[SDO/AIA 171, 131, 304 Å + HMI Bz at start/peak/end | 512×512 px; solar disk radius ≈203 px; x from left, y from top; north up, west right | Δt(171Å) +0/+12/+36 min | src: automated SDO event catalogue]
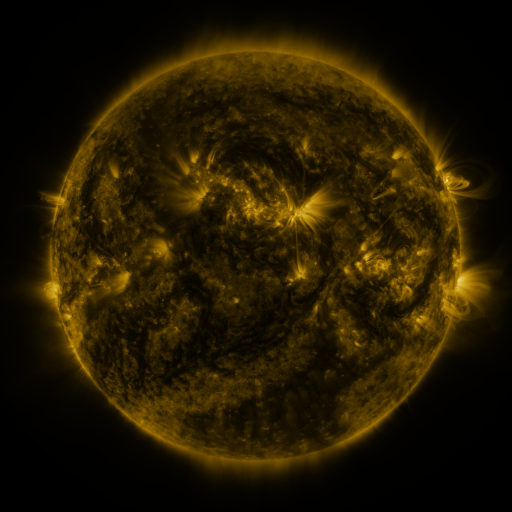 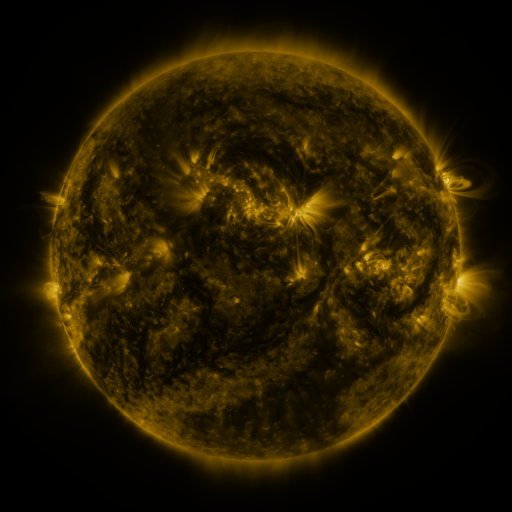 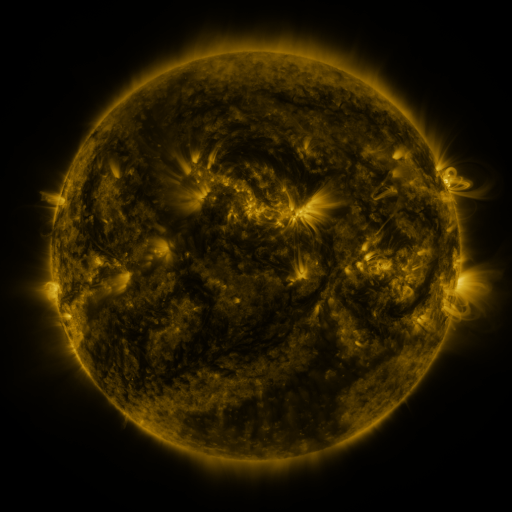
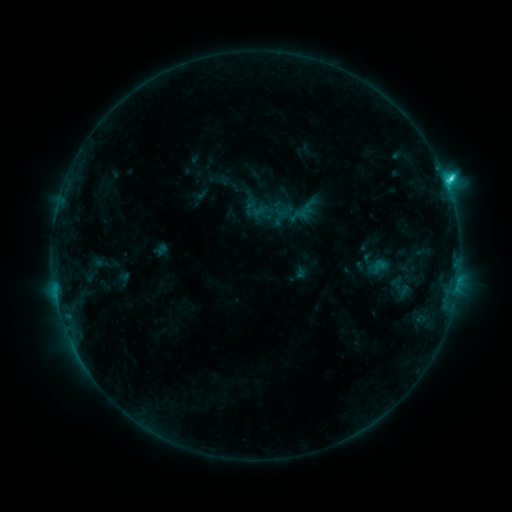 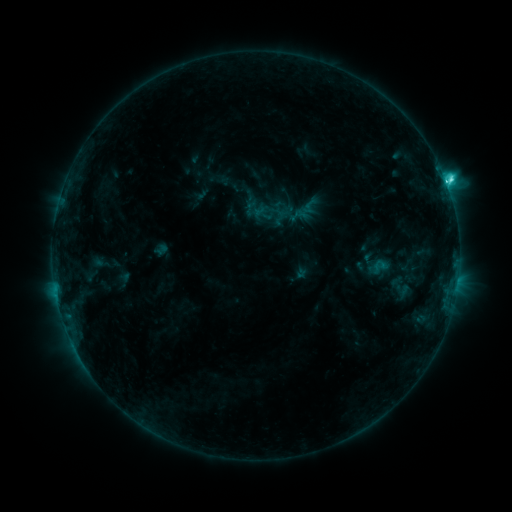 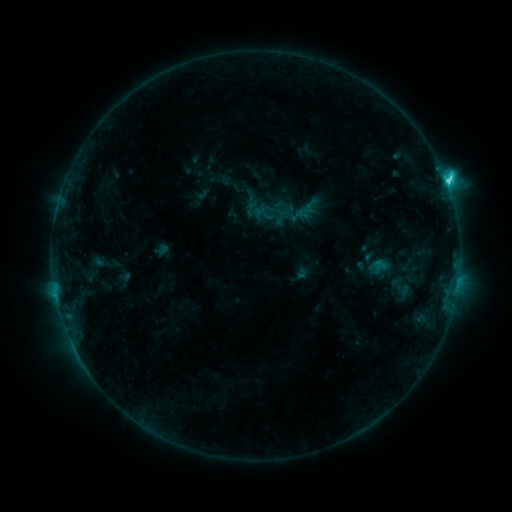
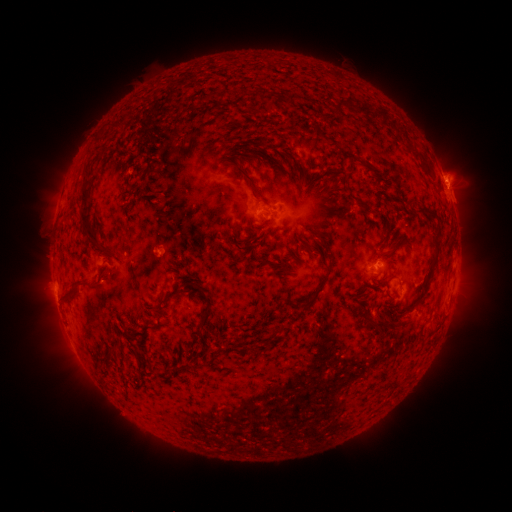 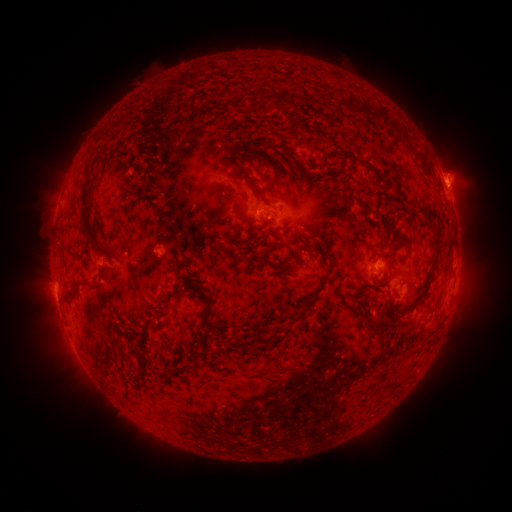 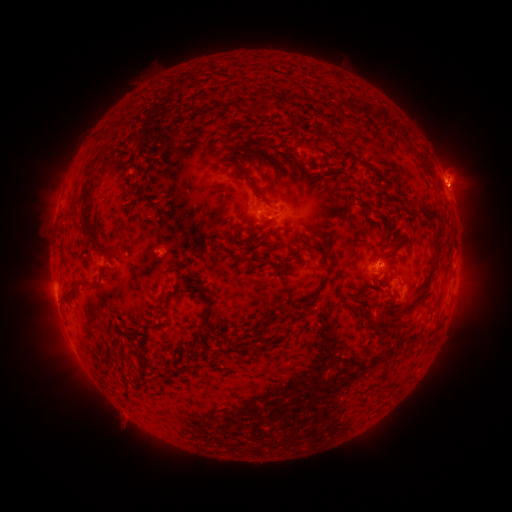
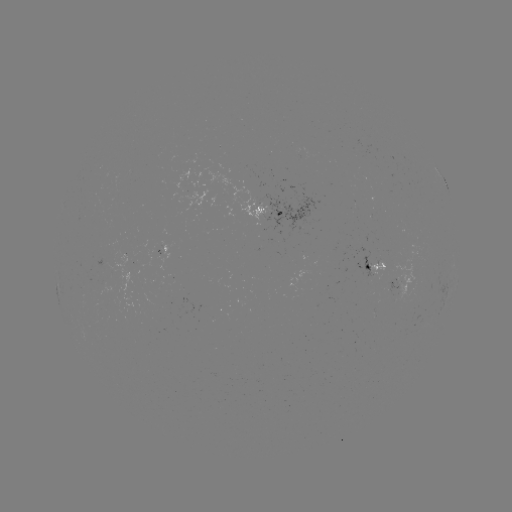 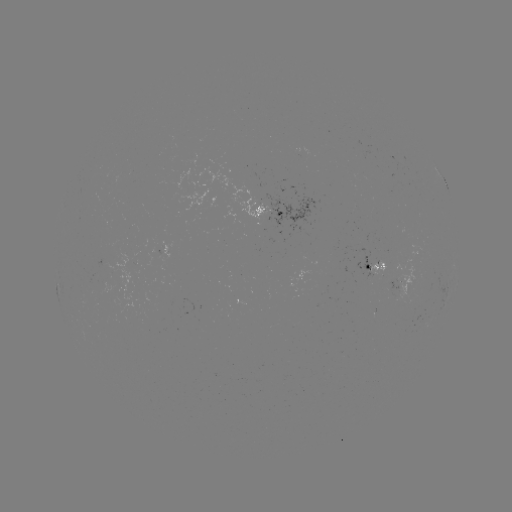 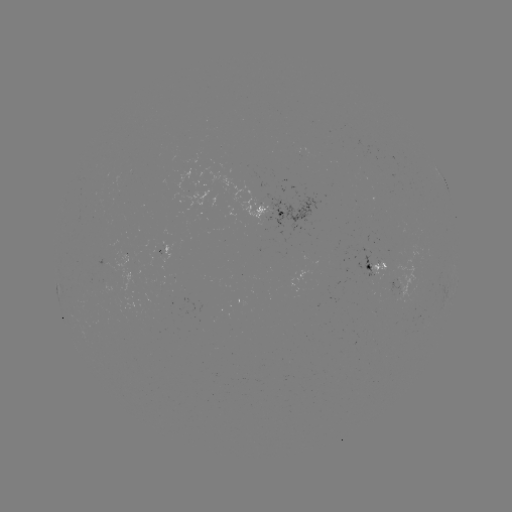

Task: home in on C5.5 flare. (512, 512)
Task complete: [445, 182].